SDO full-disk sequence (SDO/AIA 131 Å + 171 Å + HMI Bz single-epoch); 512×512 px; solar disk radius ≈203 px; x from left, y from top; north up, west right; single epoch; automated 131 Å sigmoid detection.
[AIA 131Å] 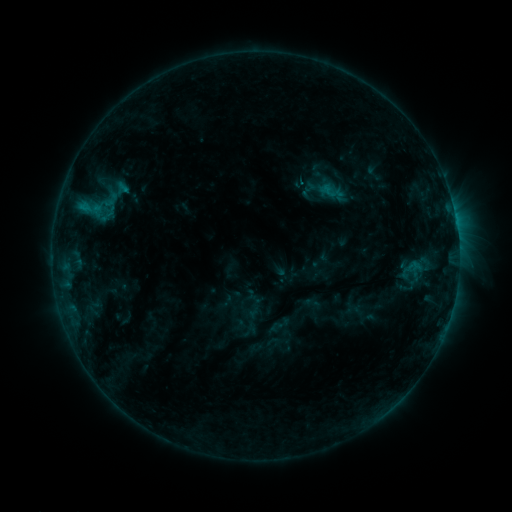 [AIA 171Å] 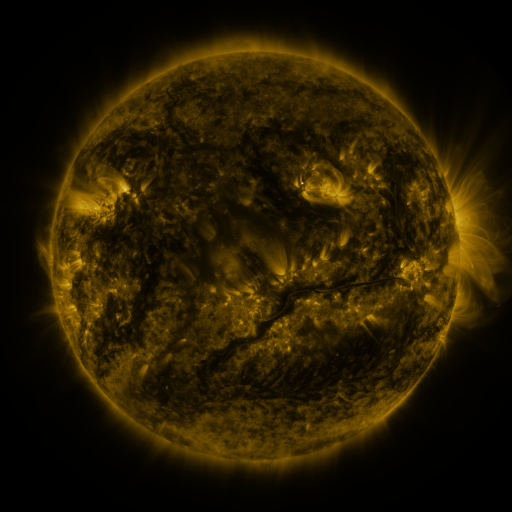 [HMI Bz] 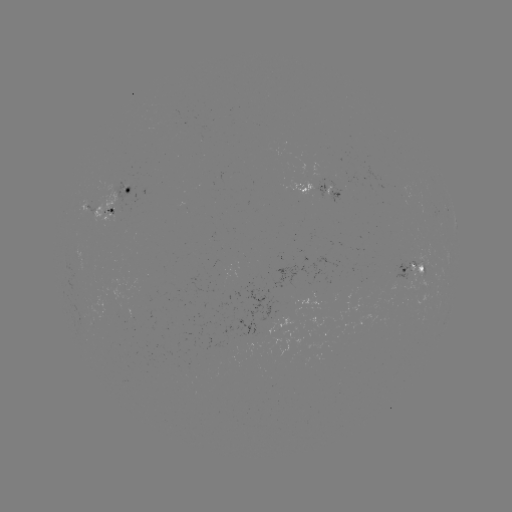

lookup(sigmoid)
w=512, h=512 (100, 201)